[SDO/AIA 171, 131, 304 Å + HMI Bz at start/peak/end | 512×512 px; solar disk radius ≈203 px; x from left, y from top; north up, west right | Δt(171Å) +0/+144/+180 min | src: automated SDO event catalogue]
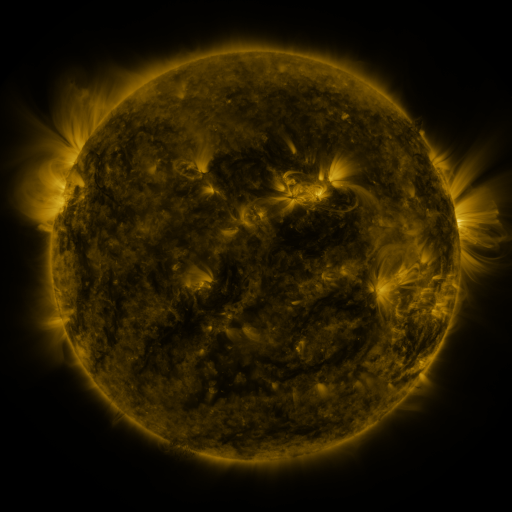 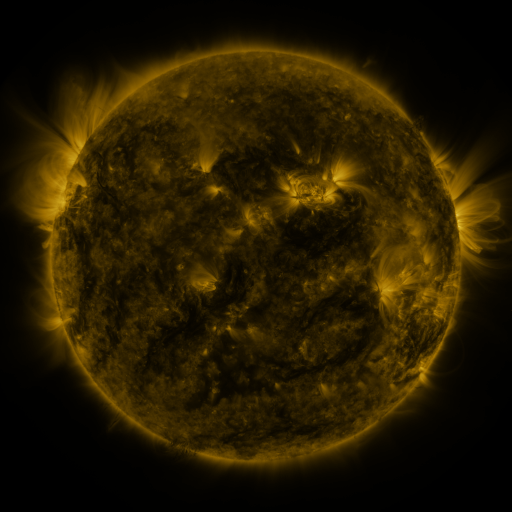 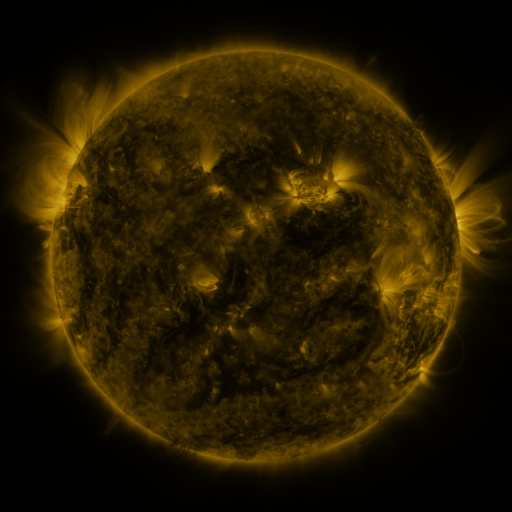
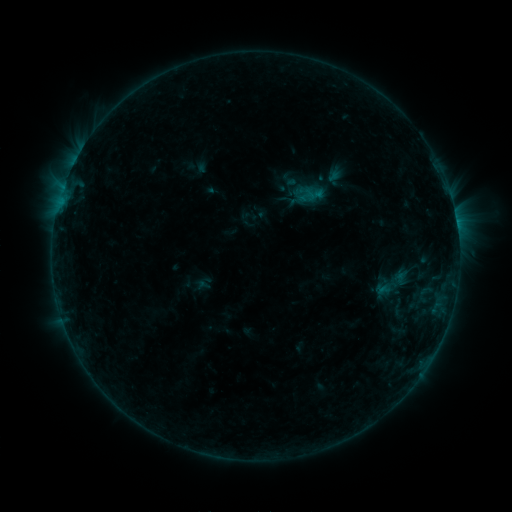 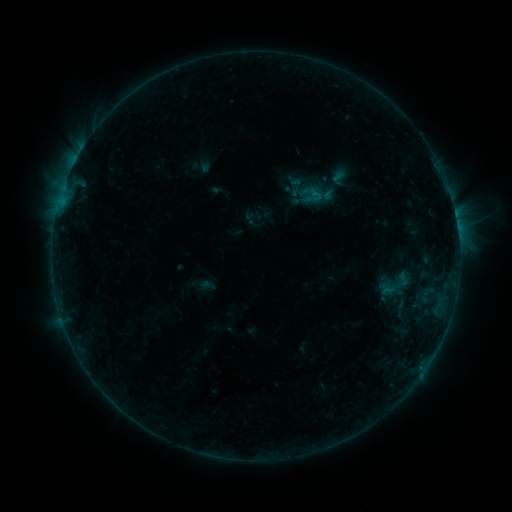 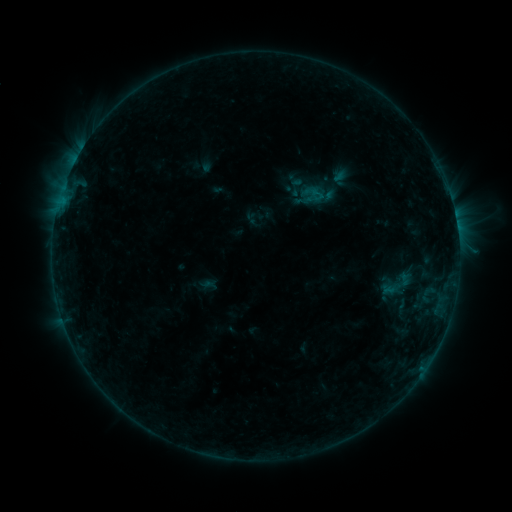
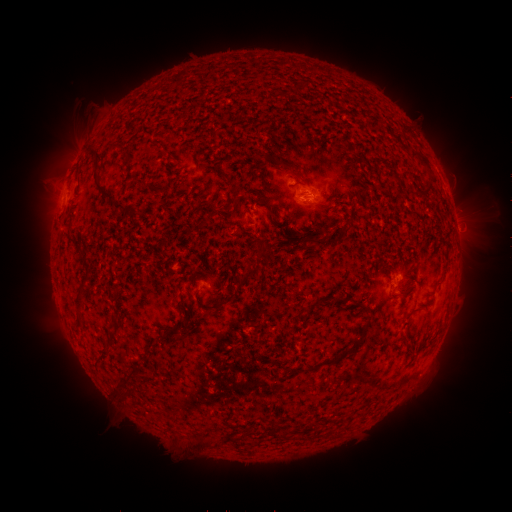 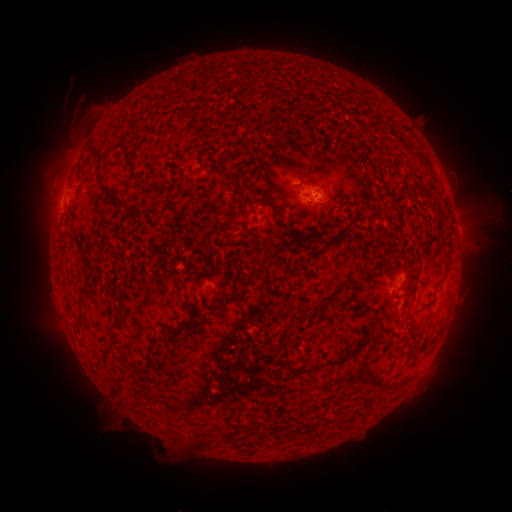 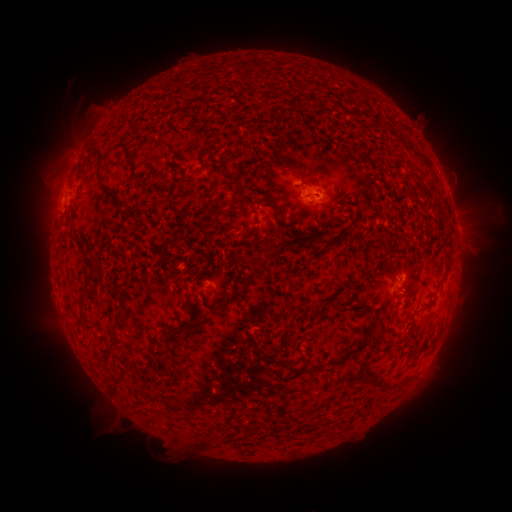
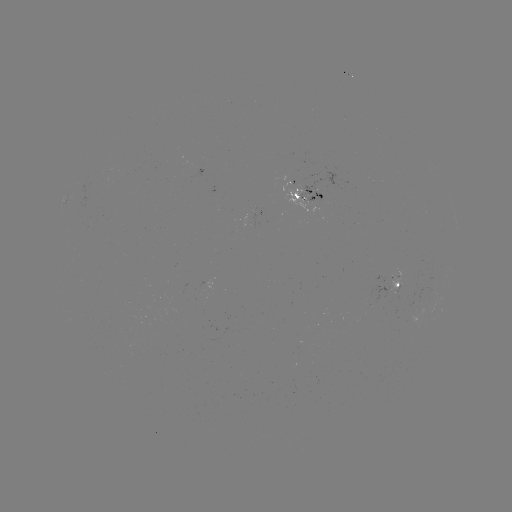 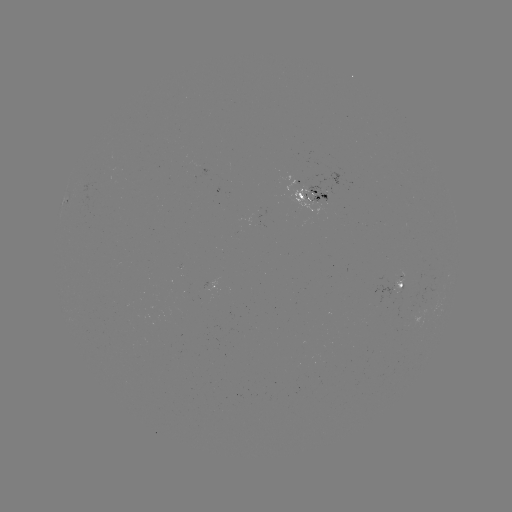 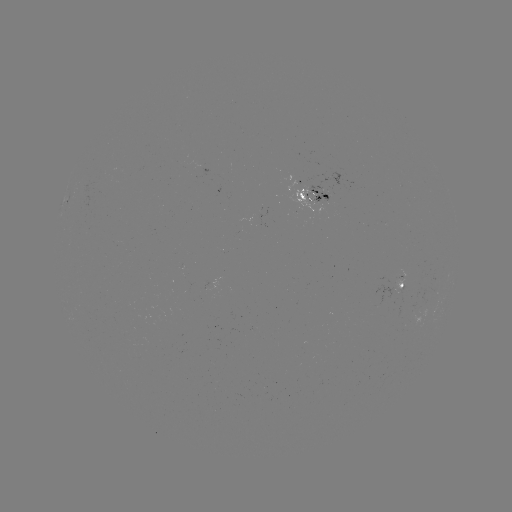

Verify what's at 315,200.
emerging-flux region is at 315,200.